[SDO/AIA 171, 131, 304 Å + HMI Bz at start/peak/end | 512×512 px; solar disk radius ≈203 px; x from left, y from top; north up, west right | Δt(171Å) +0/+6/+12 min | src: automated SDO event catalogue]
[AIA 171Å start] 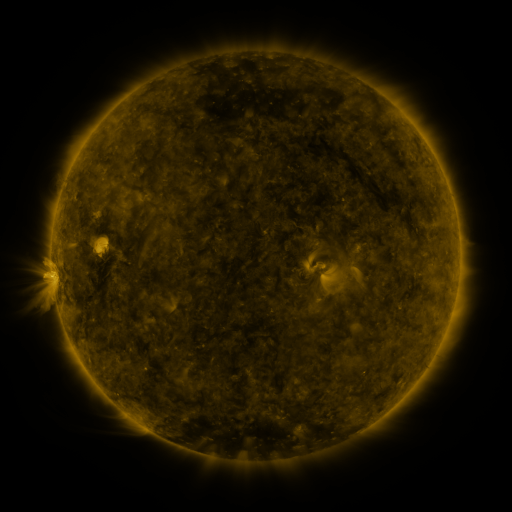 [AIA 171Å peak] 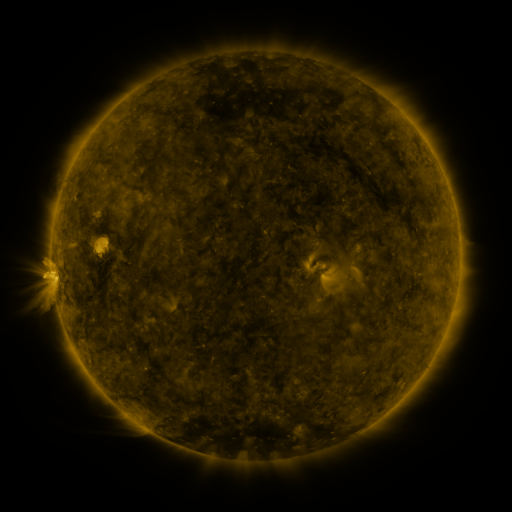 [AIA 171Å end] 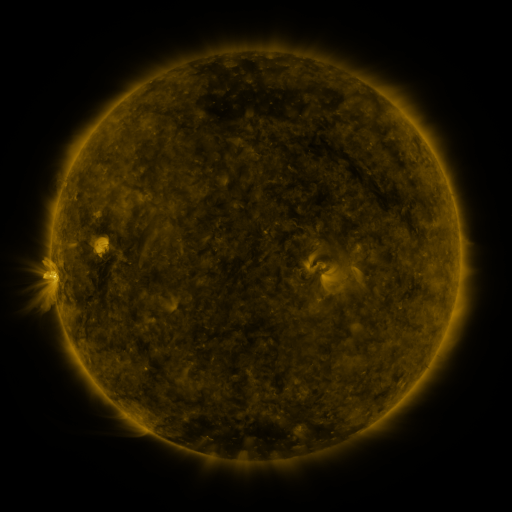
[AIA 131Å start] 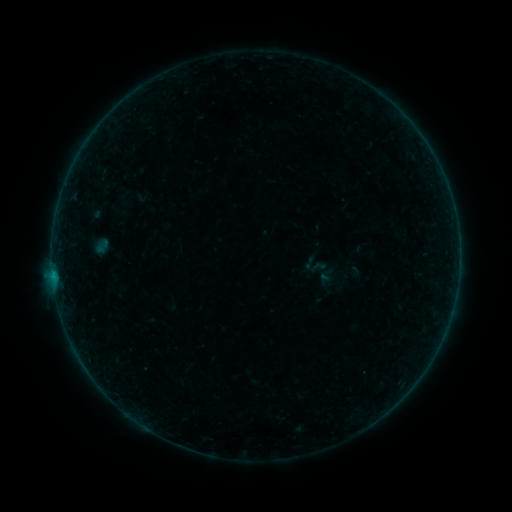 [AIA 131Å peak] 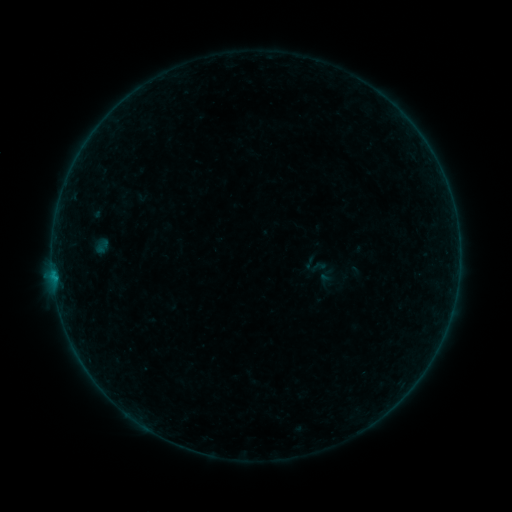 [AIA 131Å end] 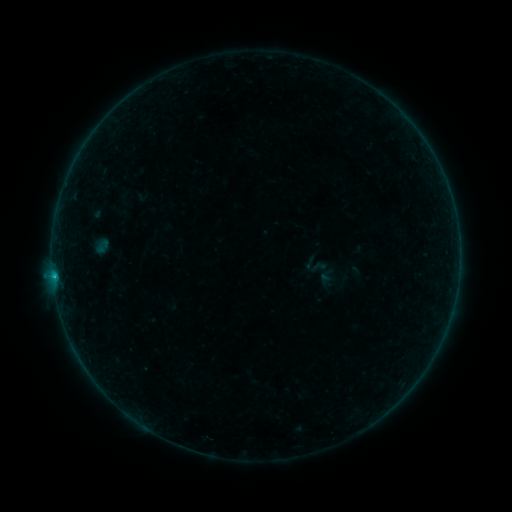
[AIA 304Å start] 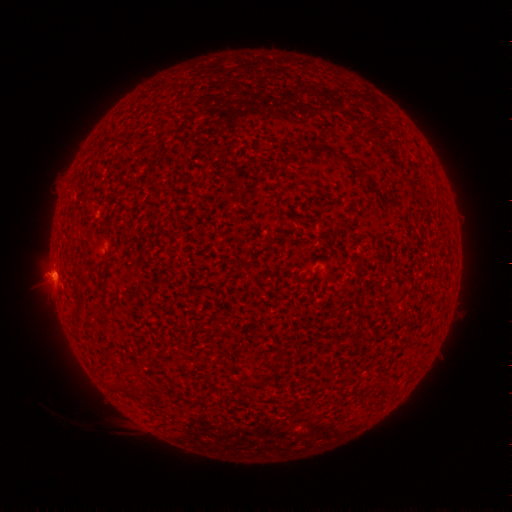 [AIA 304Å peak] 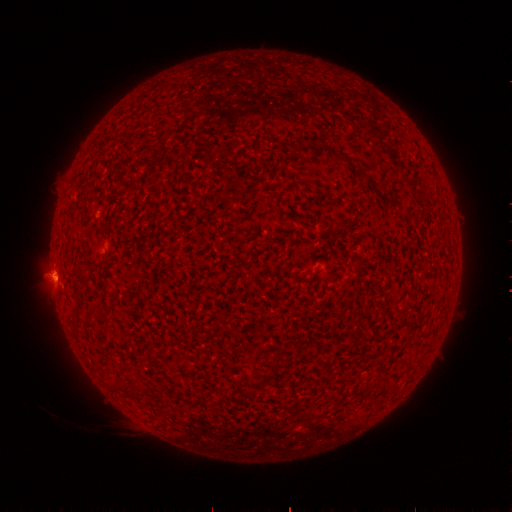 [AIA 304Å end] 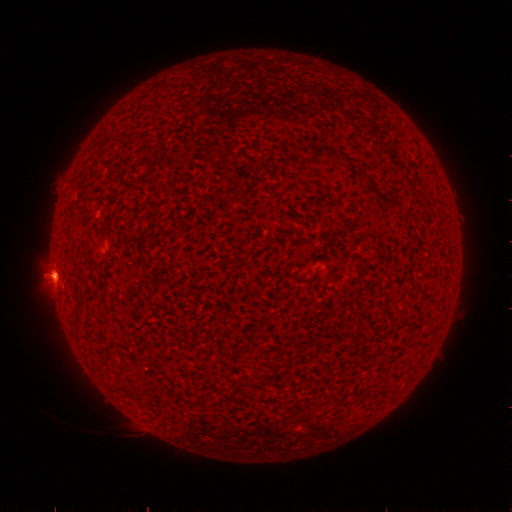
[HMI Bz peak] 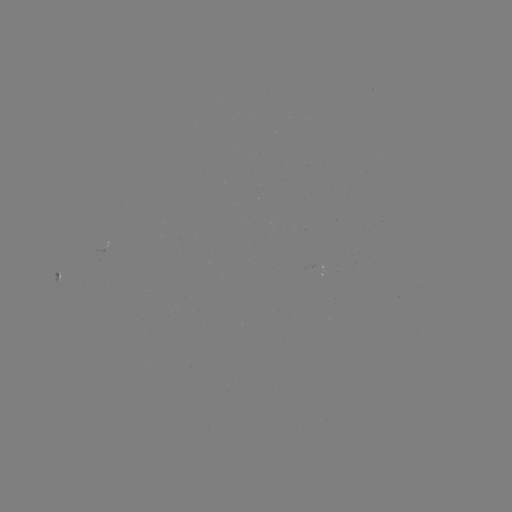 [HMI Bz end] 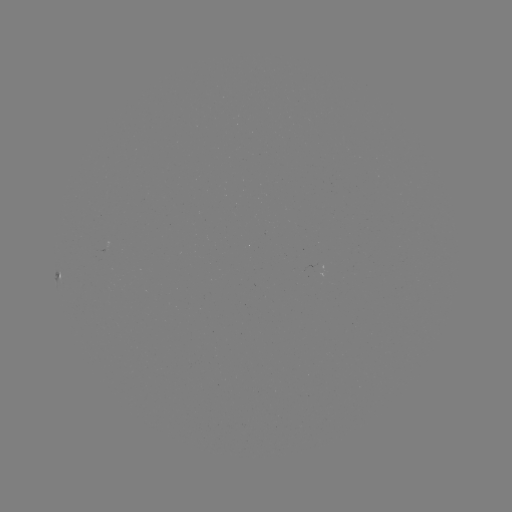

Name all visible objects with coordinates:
B7.1 flare: (55, 274)
